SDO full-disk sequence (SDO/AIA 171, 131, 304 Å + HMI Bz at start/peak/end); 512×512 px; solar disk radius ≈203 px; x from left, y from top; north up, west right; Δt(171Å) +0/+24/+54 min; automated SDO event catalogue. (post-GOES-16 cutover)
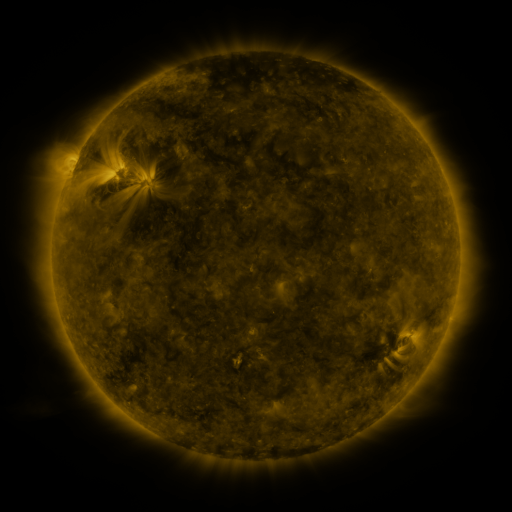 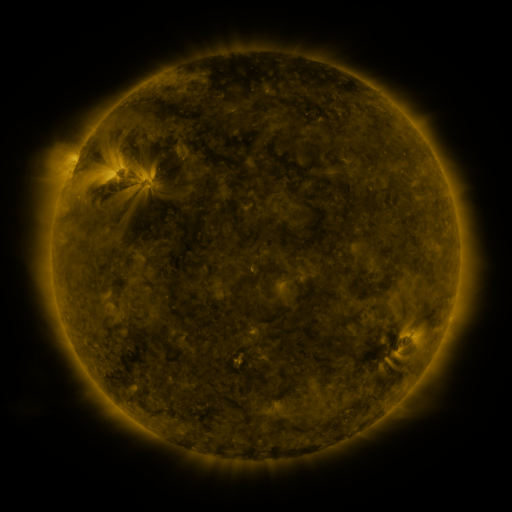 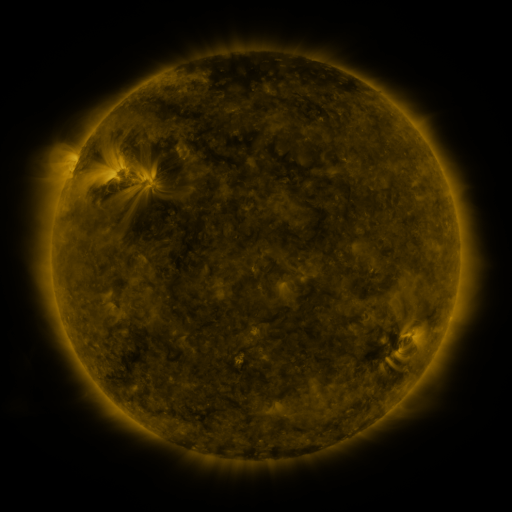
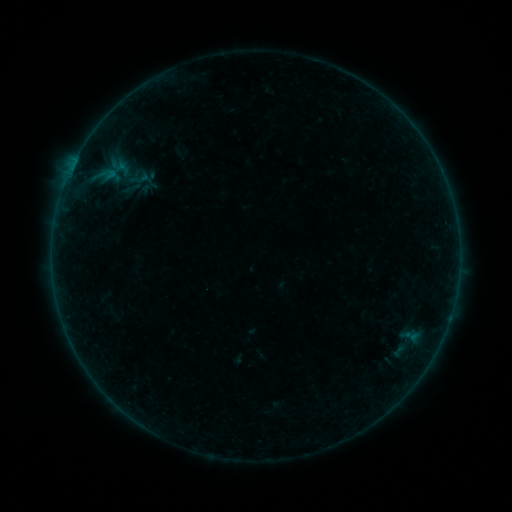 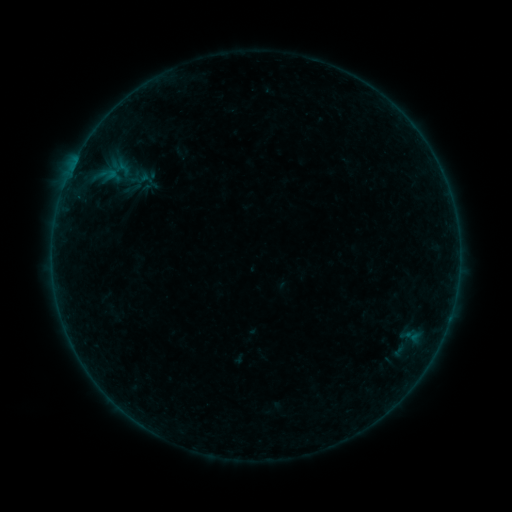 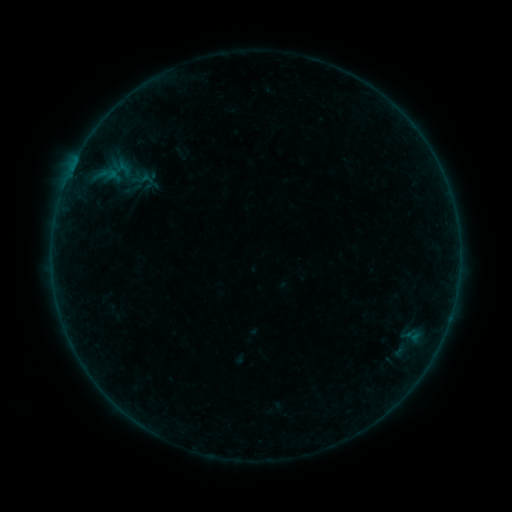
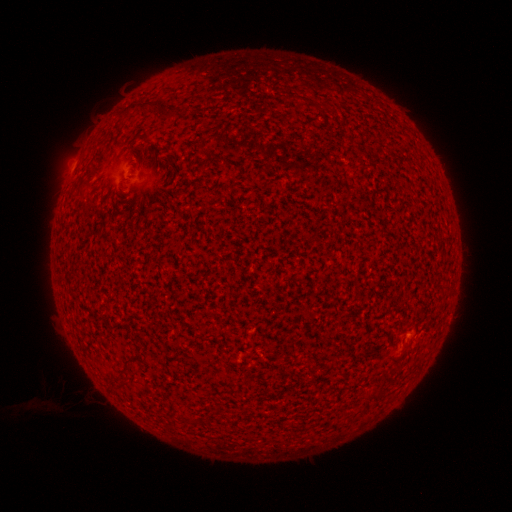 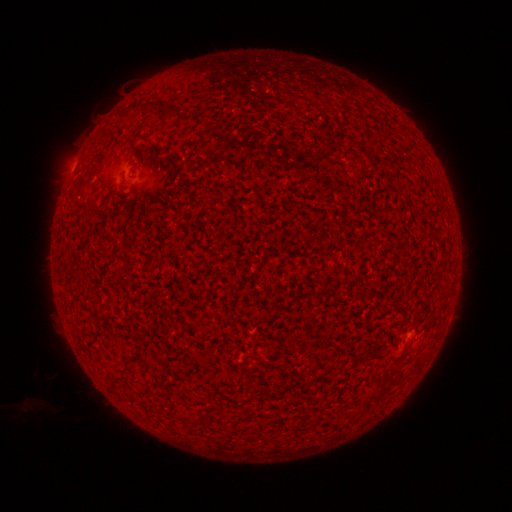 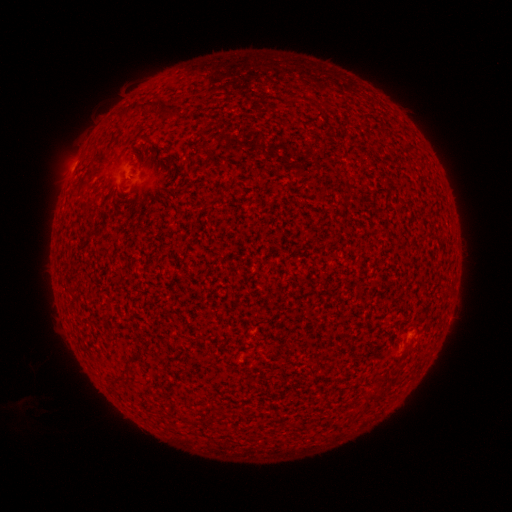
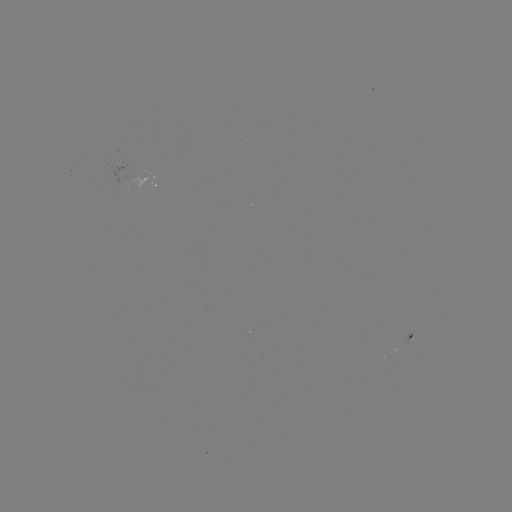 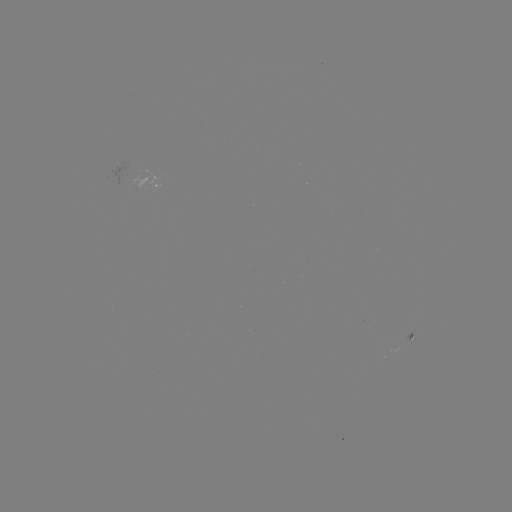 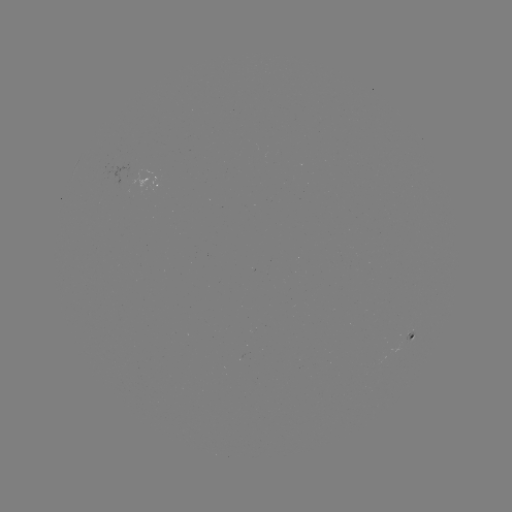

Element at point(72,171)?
A4.8 flare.